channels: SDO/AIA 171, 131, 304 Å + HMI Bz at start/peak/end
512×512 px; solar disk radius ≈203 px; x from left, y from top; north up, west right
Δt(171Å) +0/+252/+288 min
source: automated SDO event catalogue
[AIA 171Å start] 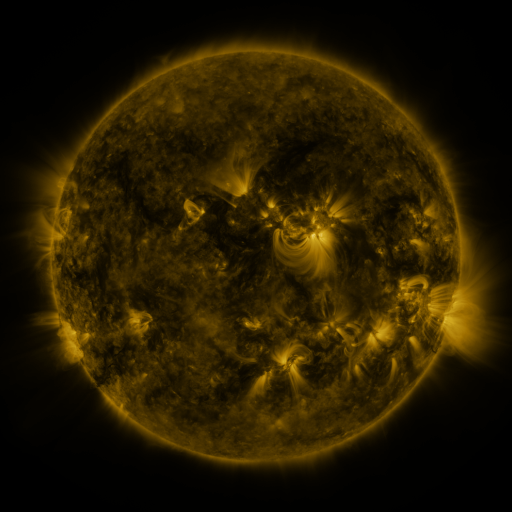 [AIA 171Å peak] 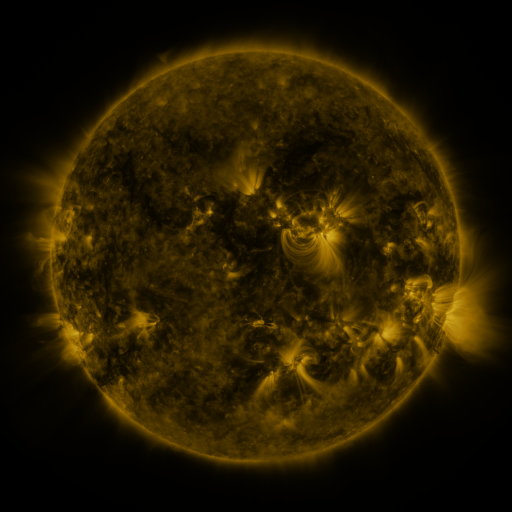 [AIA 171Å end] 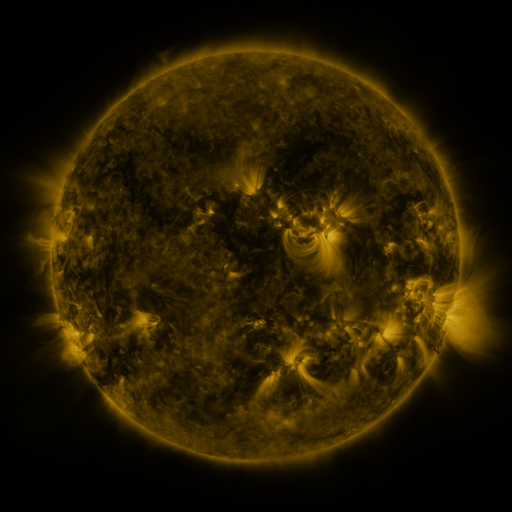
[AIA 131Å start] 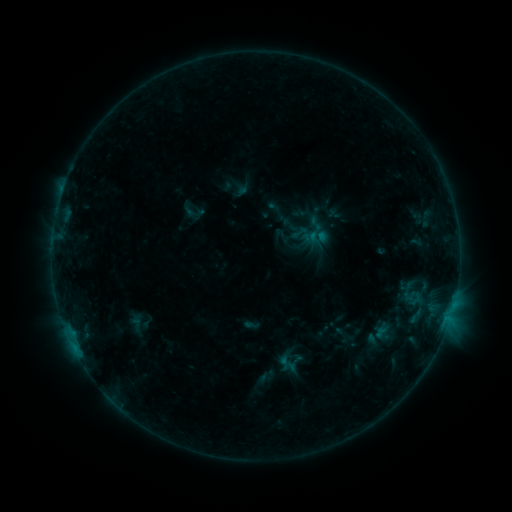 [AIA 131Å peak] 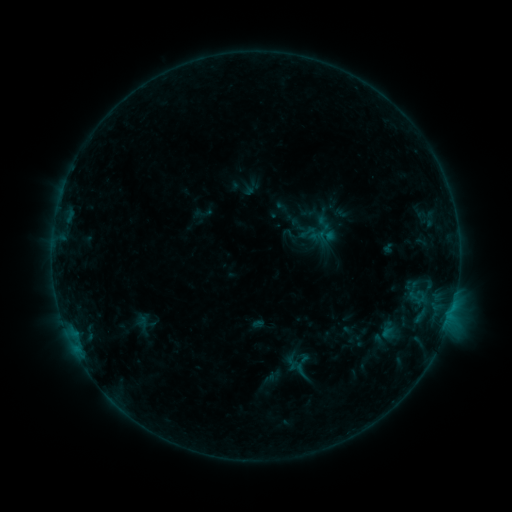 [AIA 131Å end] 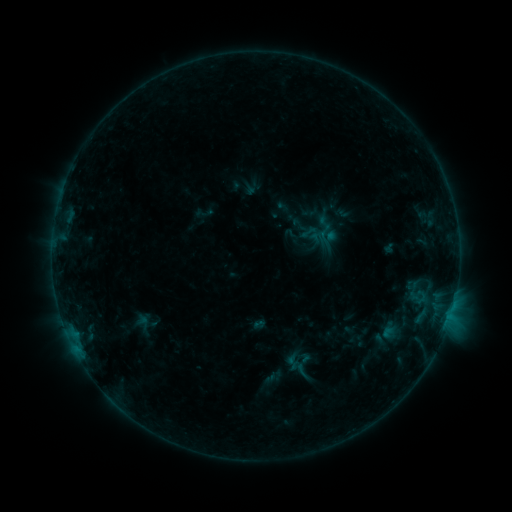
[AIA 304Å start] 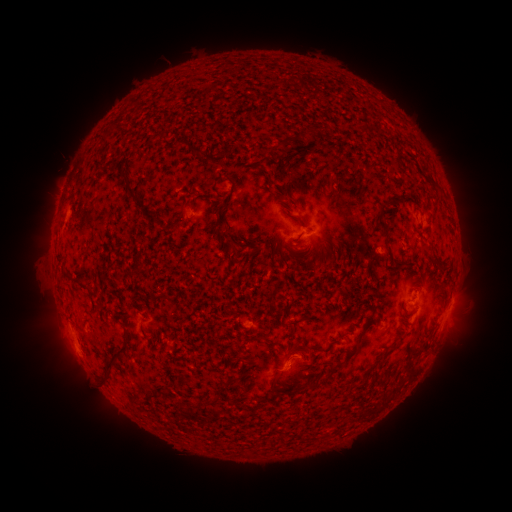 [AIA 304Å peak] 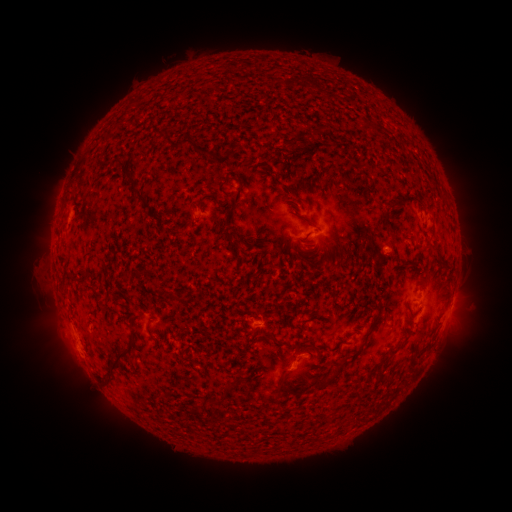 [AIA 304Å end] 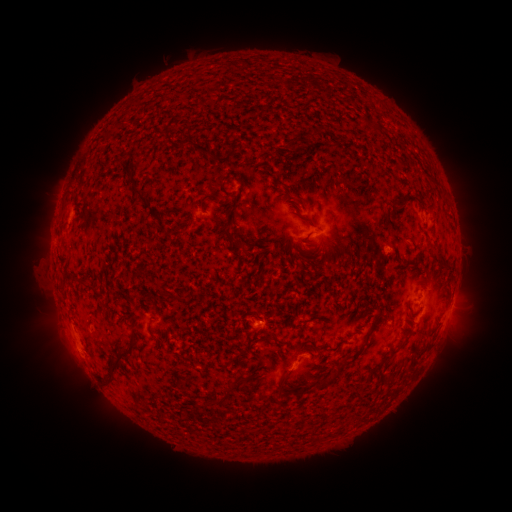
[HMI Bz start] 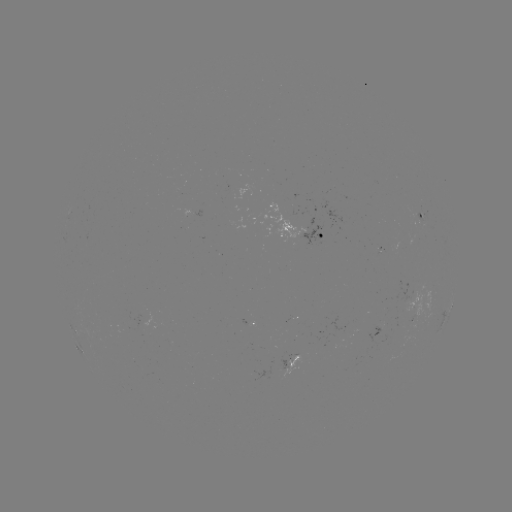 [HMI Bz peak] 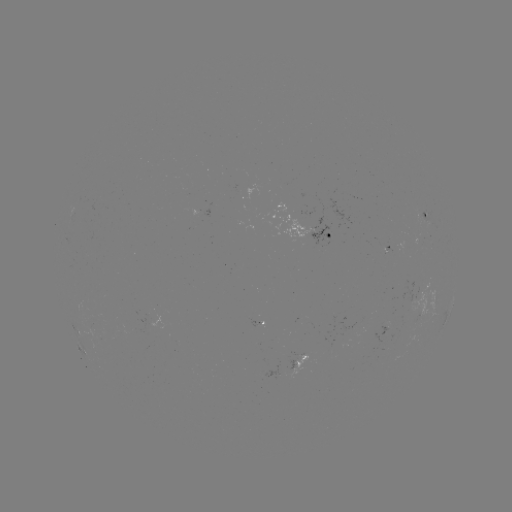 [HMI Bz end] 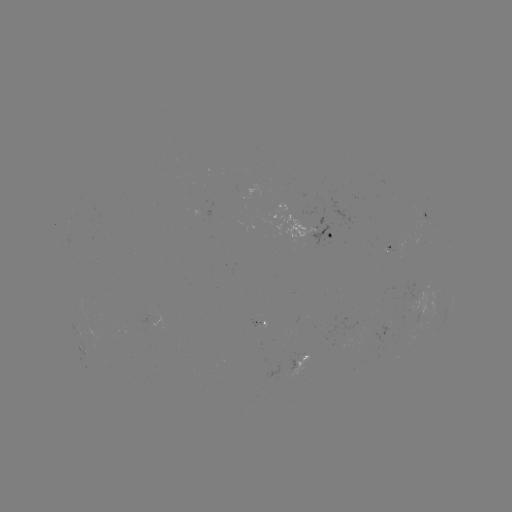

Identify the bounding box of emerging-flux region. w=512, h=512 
[381, 245, 392, 251].